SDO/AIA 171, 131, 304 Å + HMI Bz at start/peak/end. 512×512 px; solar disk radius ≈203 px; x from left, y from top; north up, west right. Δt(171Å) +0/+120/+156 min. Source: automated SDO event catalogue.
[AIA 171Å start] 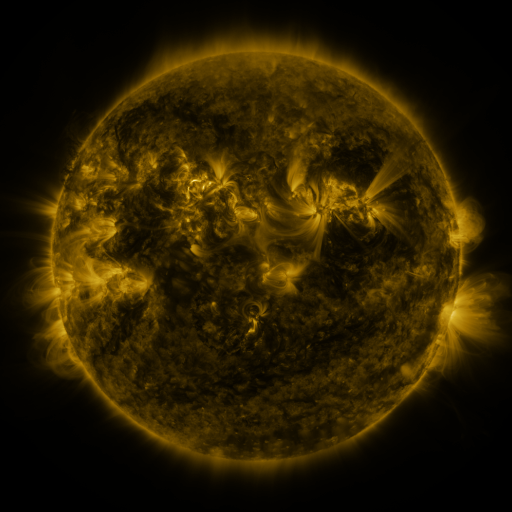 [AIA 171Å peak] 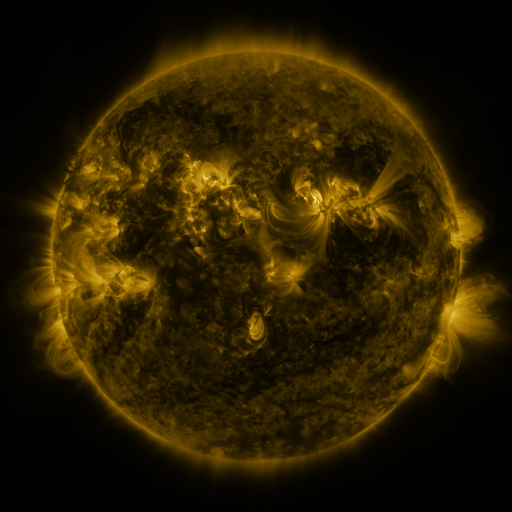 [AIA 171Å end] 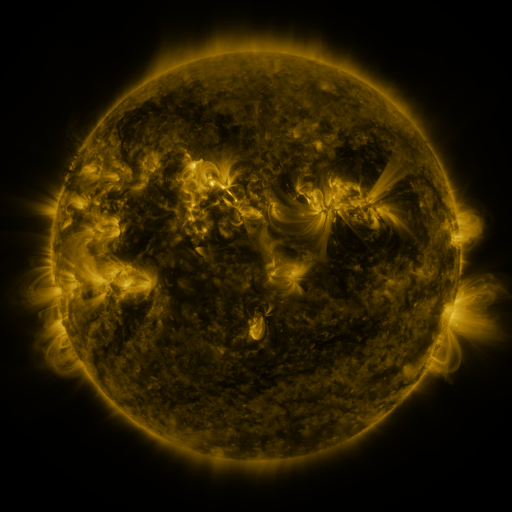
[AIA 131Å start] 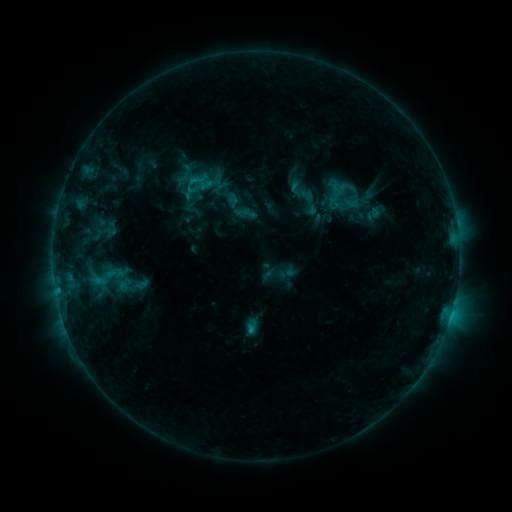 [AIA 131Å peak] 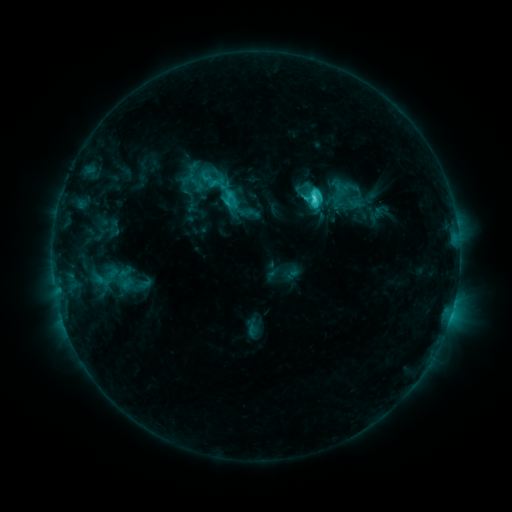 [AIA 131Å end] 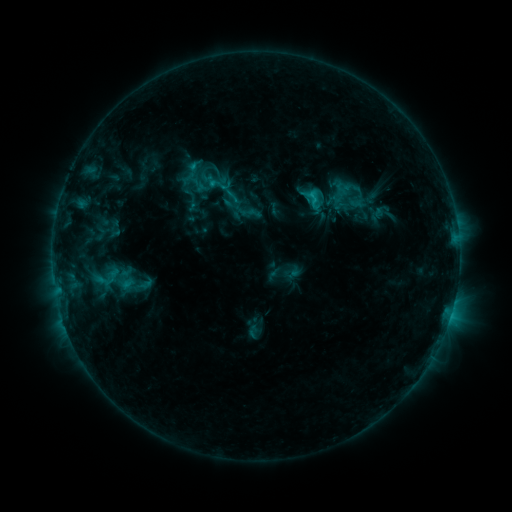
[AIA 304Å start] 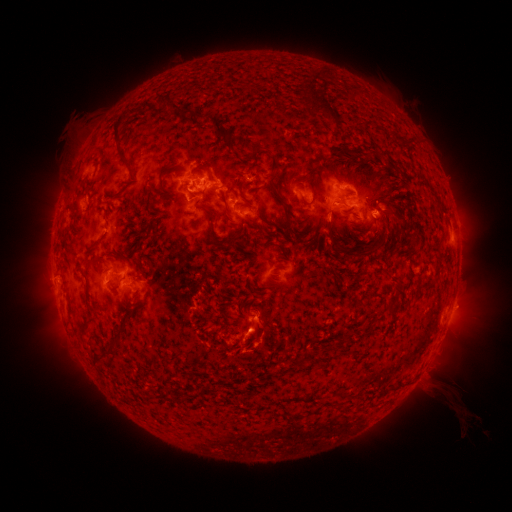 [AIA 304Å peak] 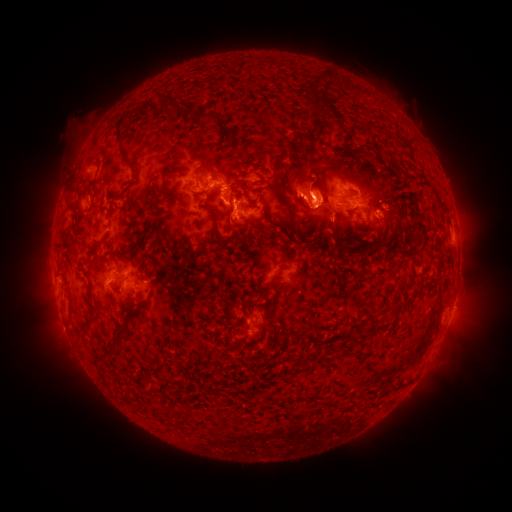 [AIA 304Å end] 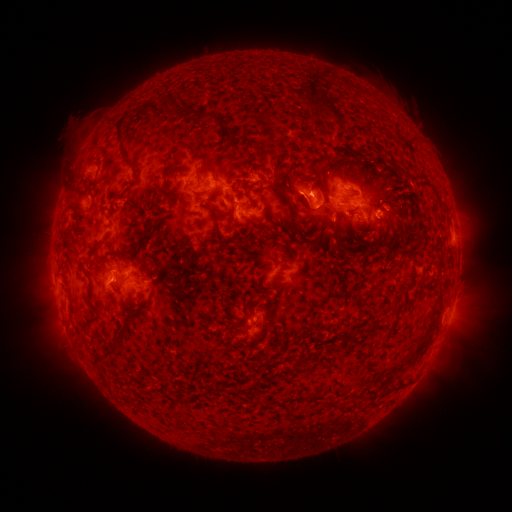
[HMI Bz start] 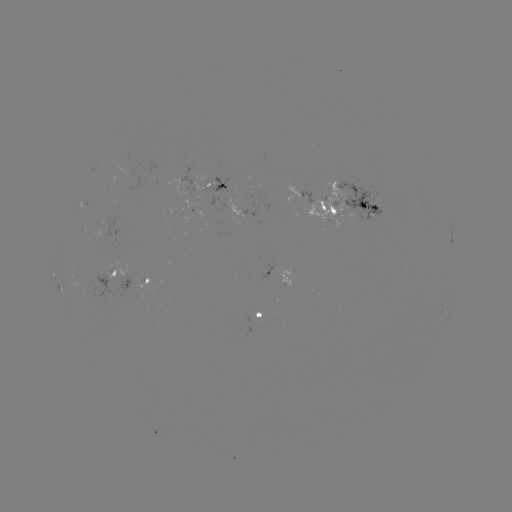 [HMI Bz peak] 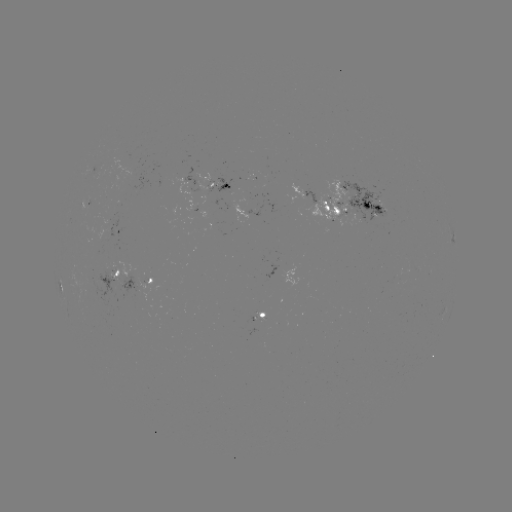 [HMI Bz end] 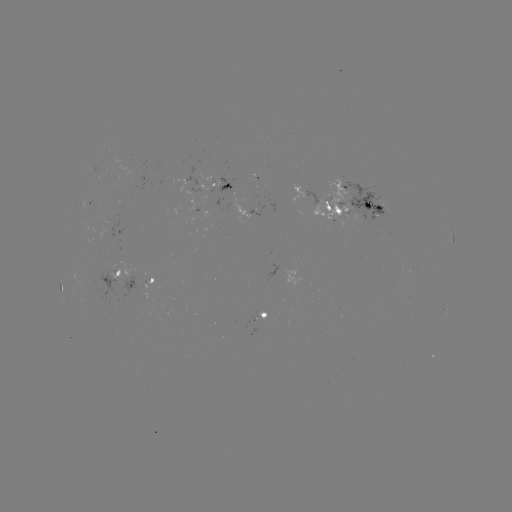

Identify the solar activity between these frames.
emerging-flux region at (101, 283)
